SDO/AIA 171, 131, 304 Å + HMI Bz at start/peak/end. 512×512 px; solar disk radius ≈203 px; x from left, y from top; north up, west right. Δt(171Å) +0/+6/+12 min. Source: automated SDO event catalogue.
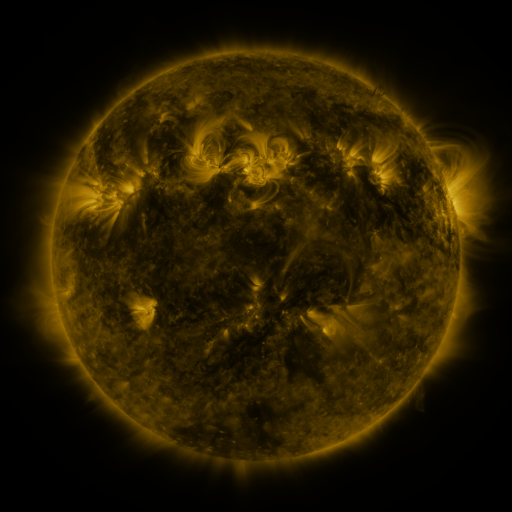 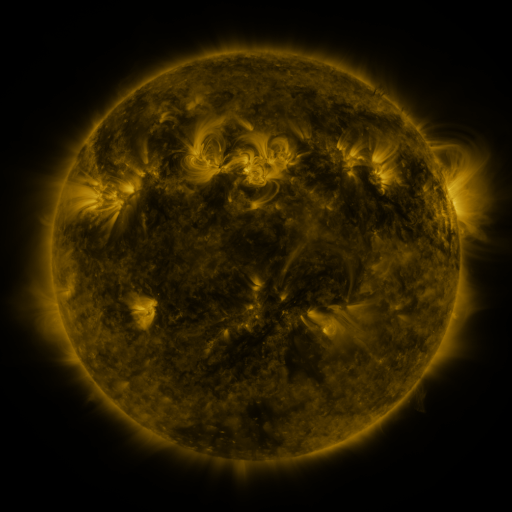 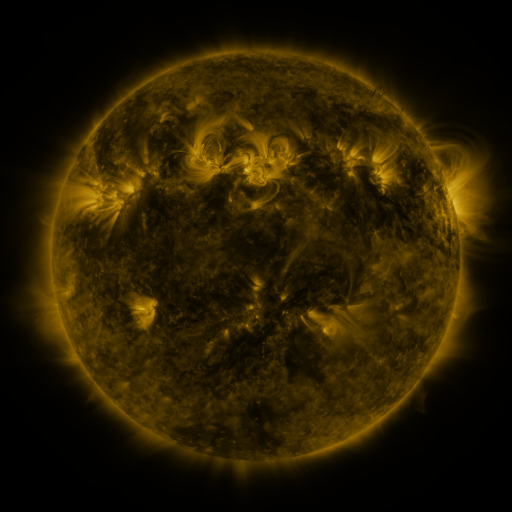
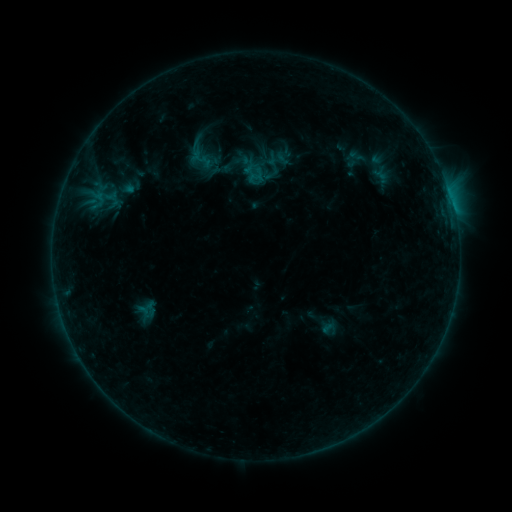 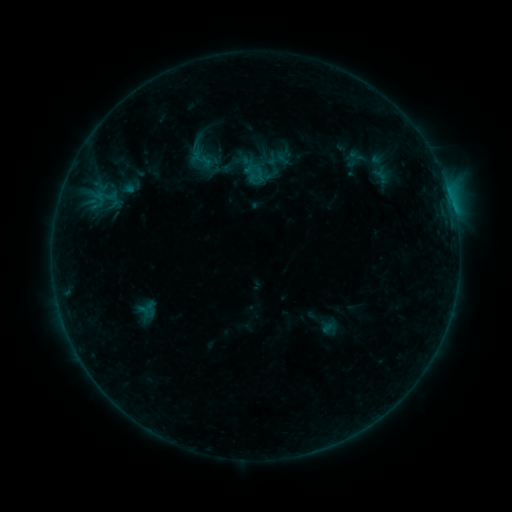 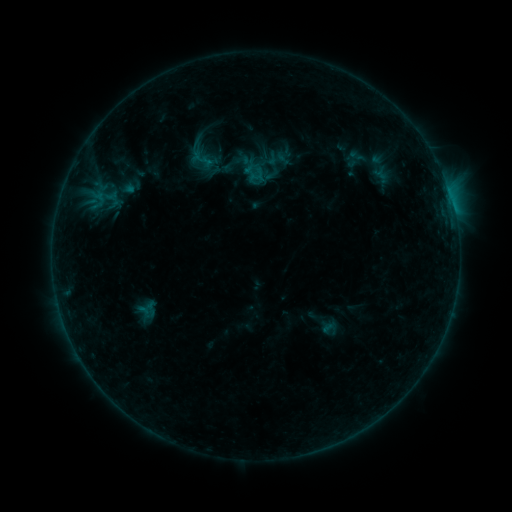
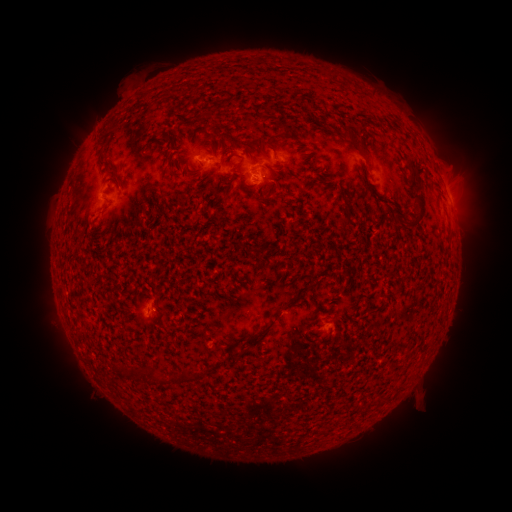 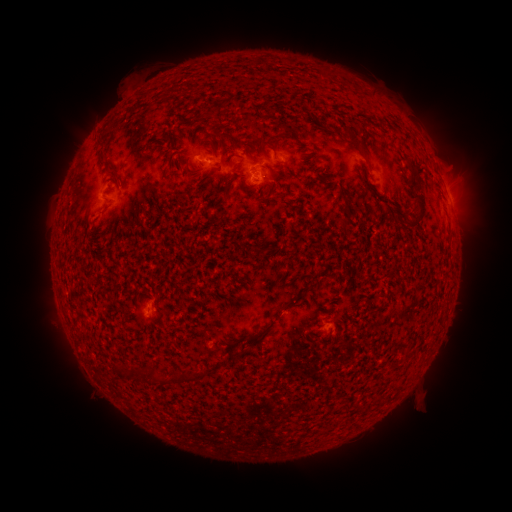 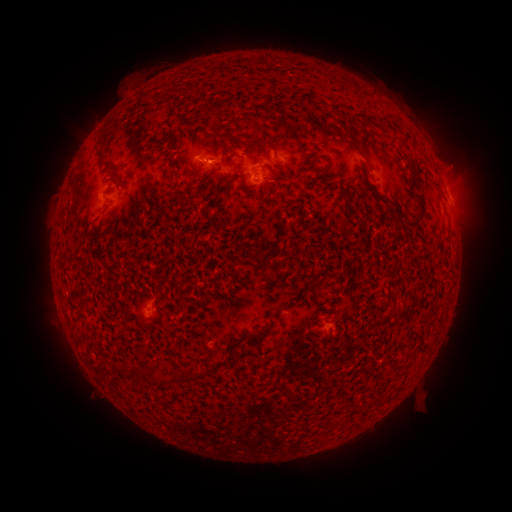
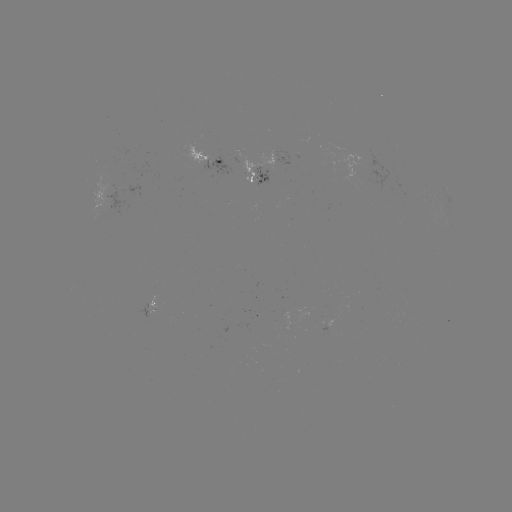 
no catalogued flare and no flagged EUV brightening in this window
